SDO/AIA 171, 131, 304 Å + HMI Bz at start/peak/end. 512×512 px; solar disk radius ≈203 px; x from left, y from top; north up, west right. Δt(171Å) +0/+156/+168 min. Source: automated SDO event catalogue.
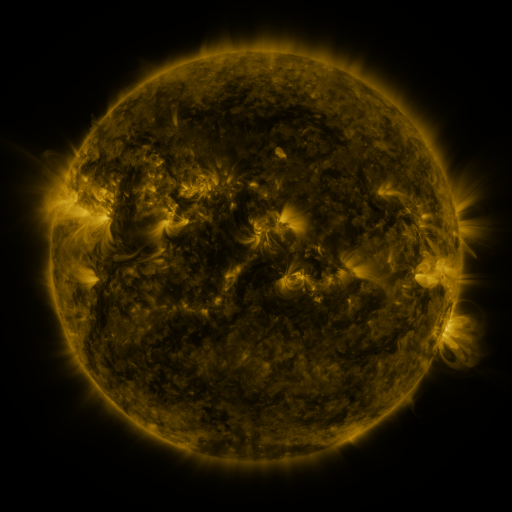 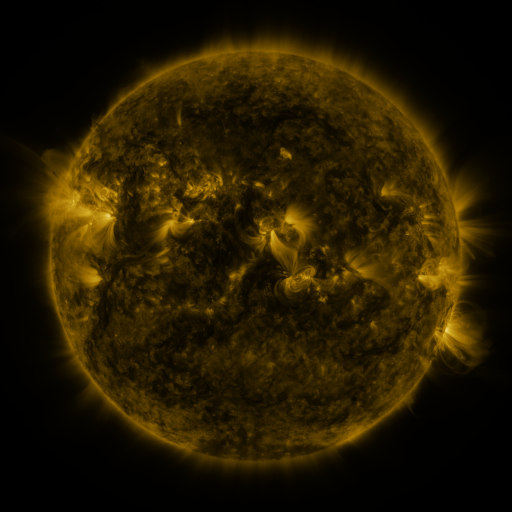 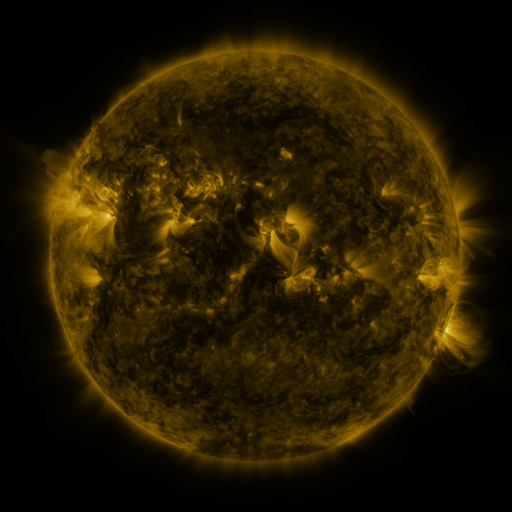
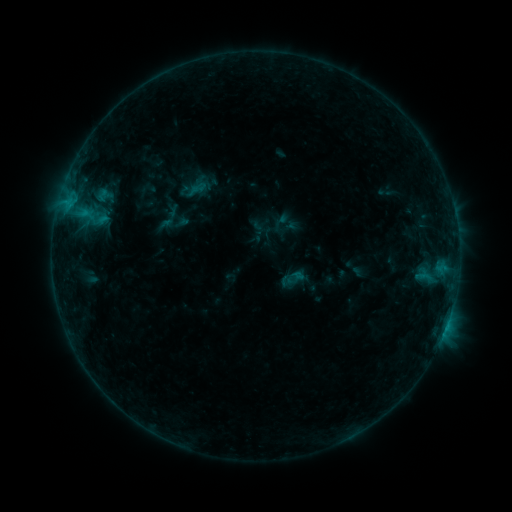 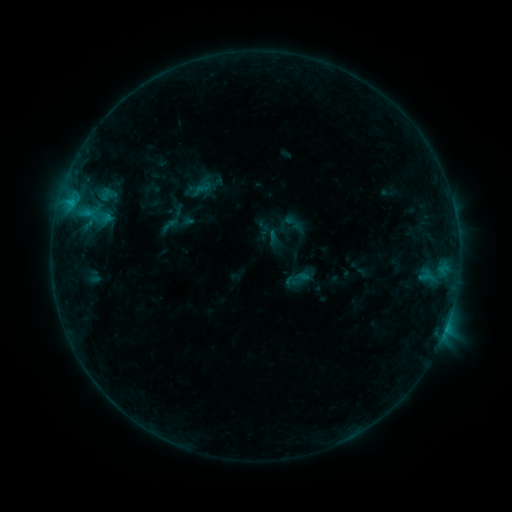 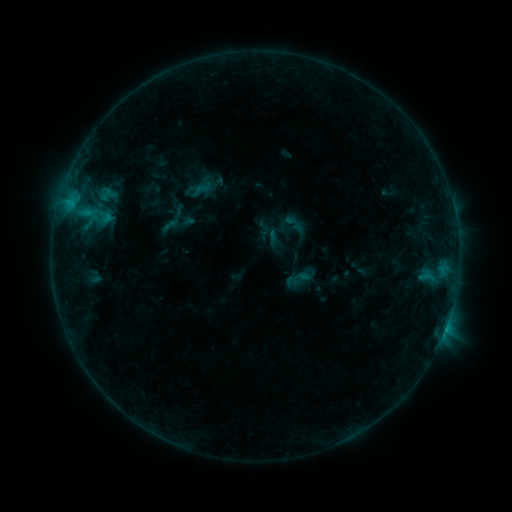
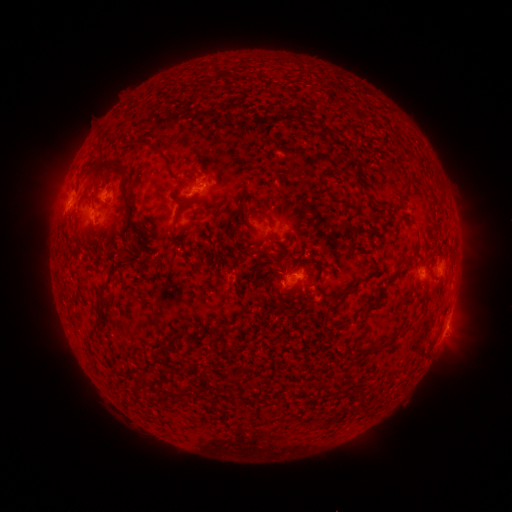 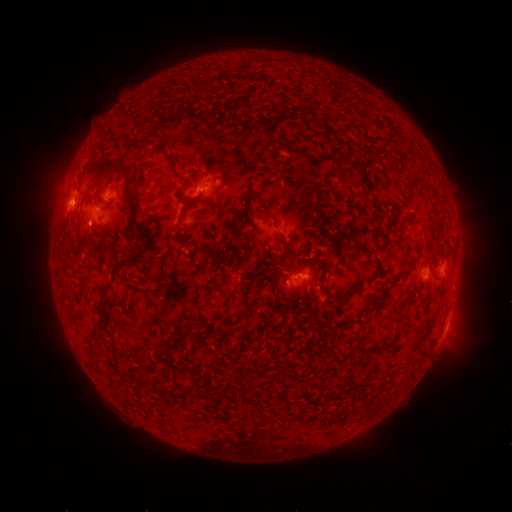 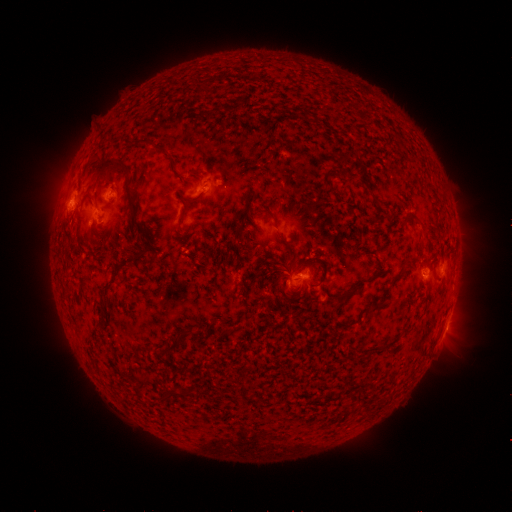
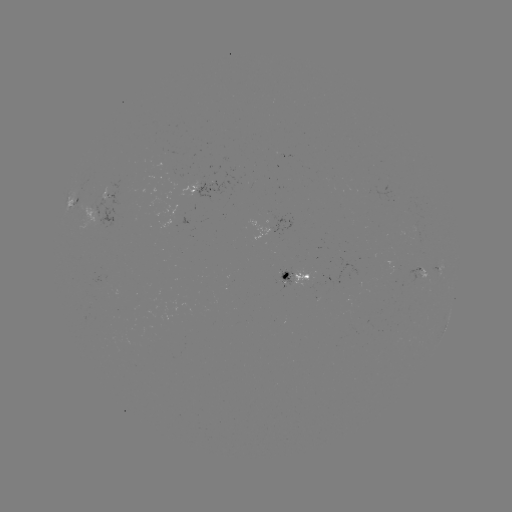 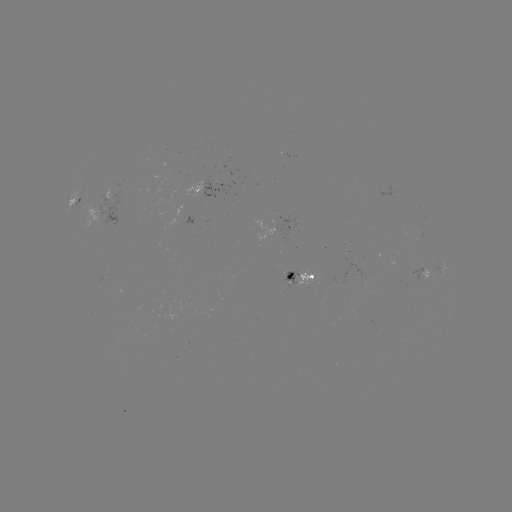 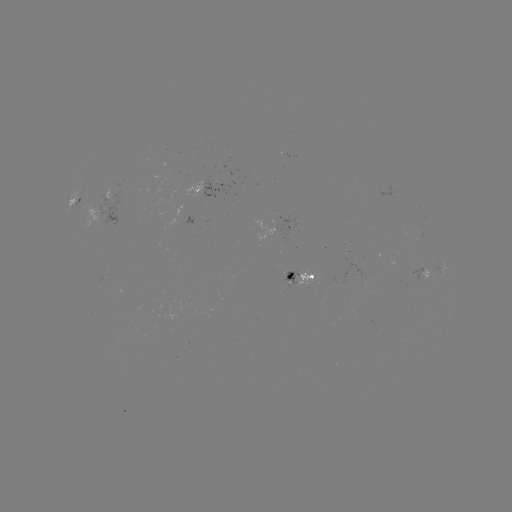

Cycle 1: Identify emerging-flux region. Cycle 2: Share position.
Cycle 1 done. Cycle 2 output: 293,278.